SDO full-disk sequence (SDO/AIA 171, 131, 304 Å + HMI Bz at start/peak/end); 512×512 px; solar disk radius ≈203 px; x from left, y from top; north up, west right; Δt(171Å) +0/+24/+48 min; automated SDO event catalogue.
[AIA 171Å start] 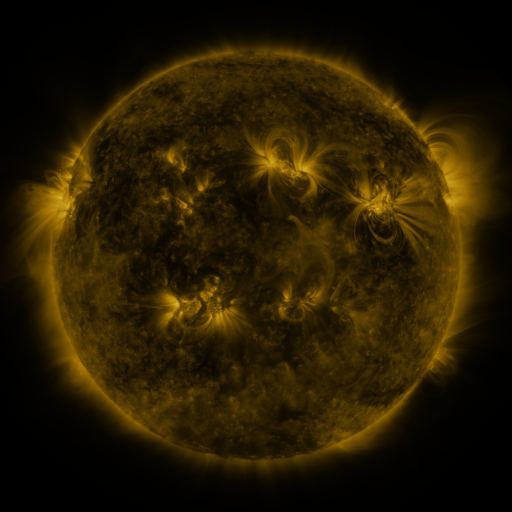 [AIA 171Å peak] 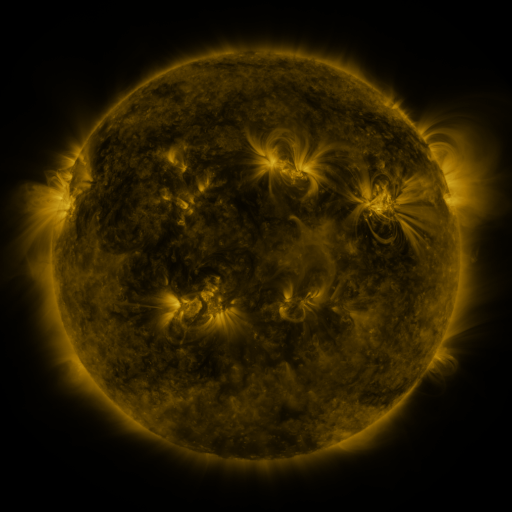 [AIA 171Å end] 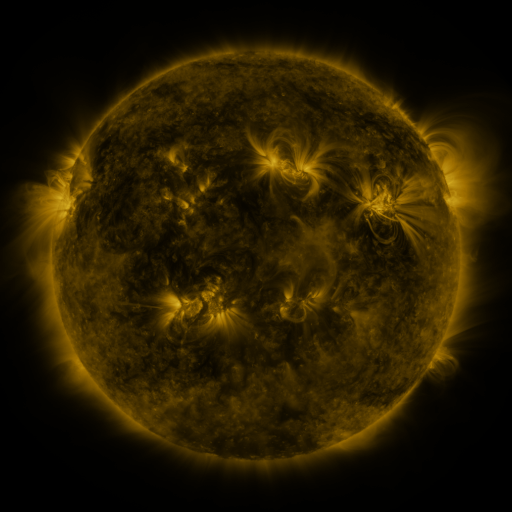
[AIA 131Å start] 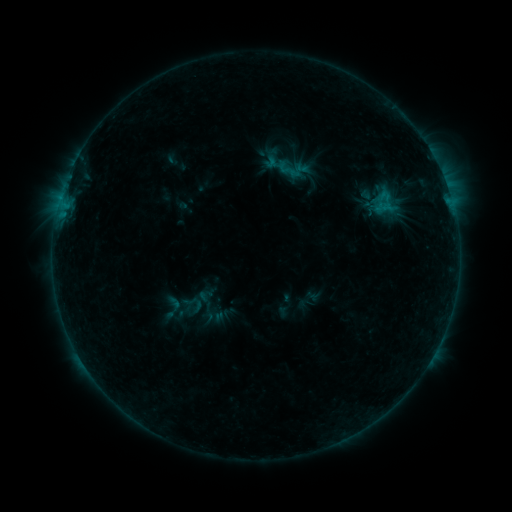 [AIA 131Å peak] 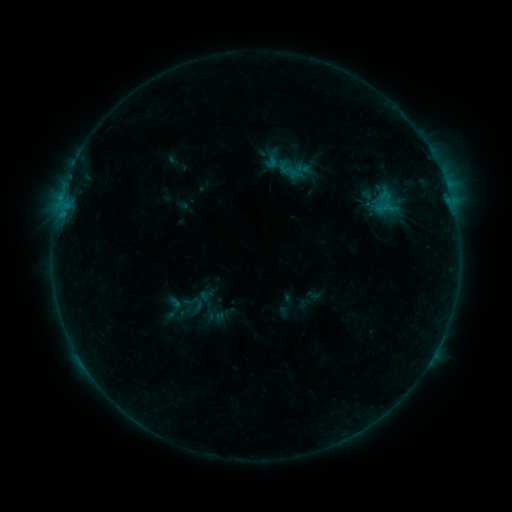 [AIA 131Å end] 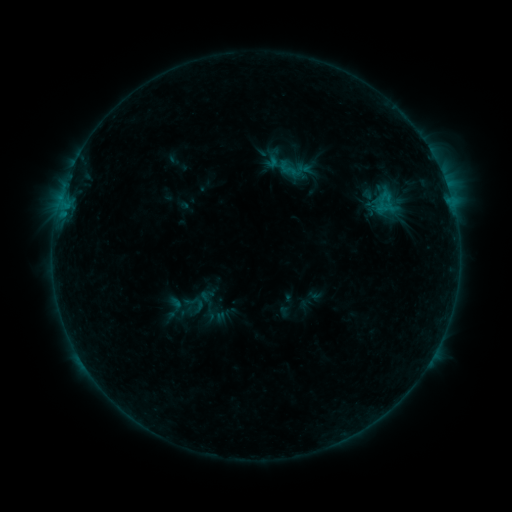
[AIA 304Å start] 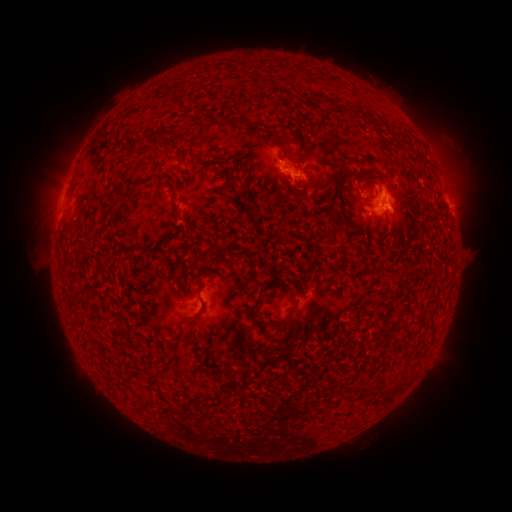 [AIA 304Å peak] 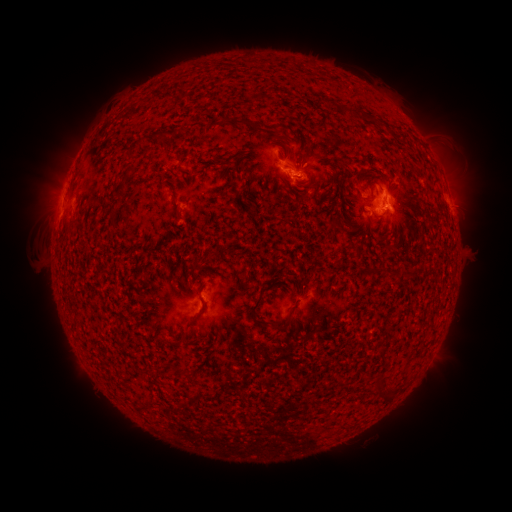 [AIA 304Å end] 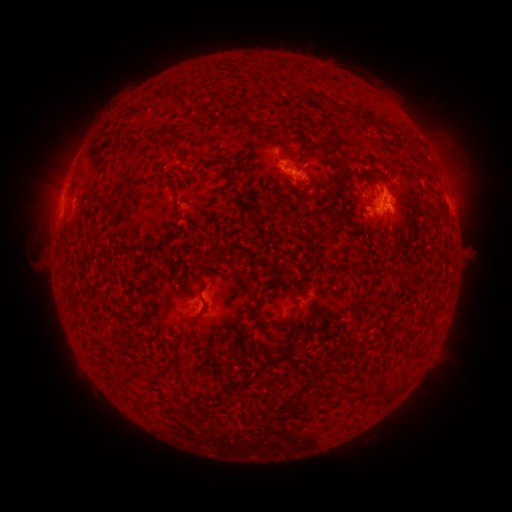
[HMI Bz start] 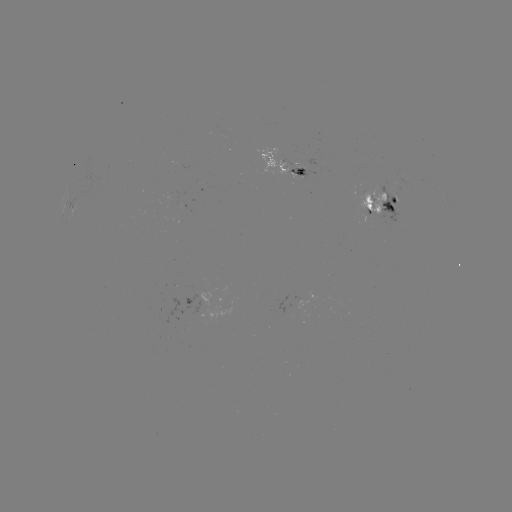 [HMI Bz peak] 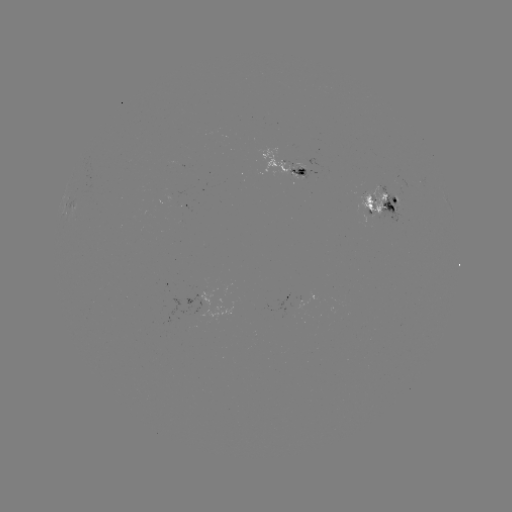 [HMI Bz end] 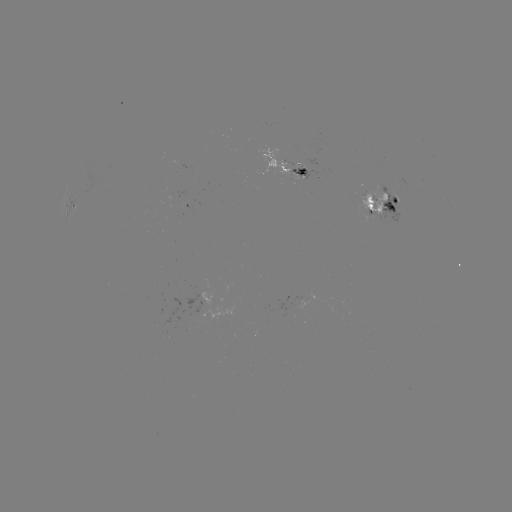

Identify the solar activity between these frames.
emerging-flux region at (384, 196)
